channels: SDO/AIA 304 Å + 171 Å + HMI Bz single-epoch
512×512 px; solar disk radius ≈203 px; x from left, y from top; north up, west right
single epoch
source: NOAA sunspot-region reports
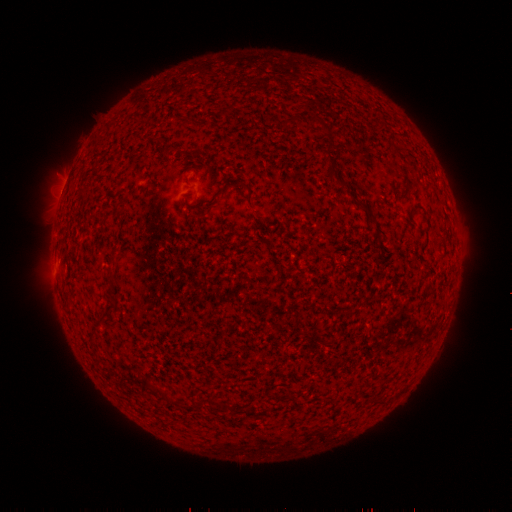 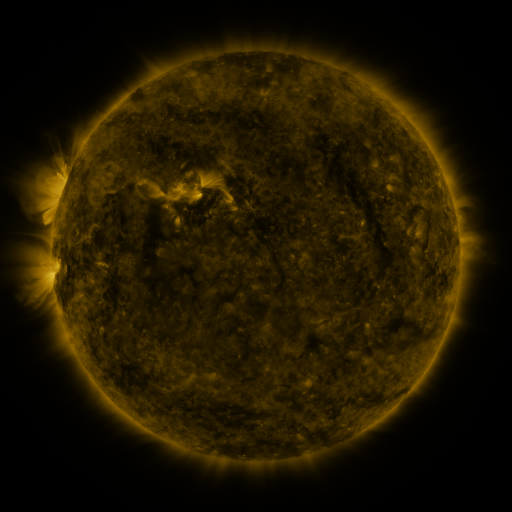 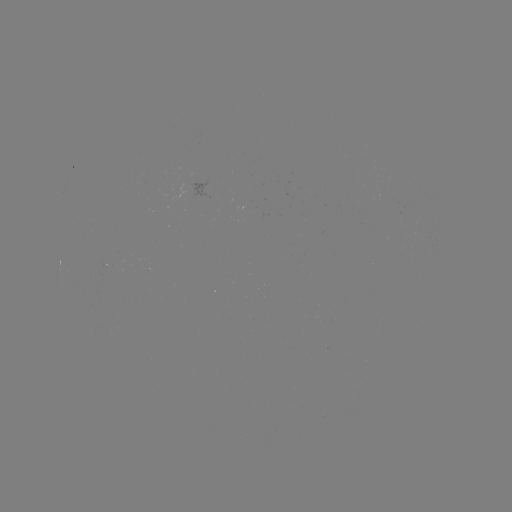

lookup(spotted active region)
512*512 [204, 193]